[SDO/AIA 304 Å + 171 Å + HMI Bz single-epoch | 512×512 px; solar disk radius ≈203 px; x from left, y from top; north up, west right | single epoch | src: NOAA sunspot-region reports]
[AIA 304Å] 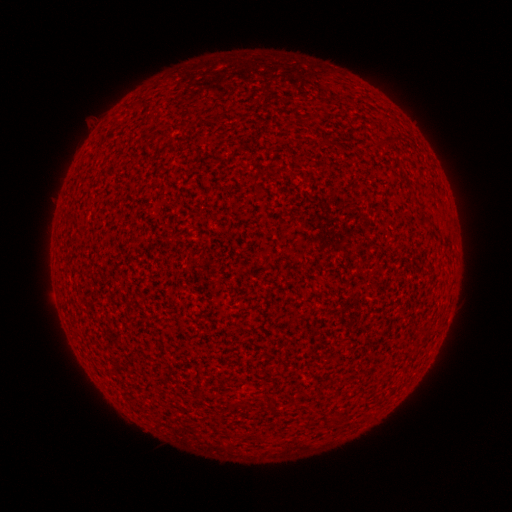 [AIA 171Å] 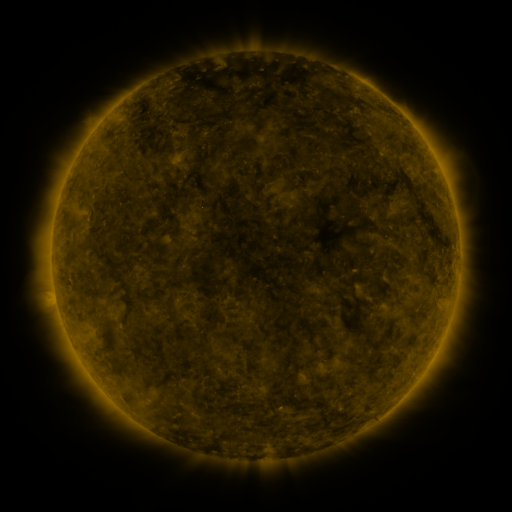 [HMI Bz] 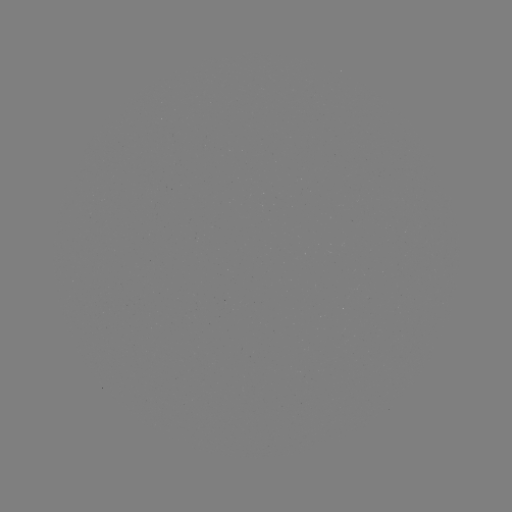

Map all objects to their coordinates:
(none)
